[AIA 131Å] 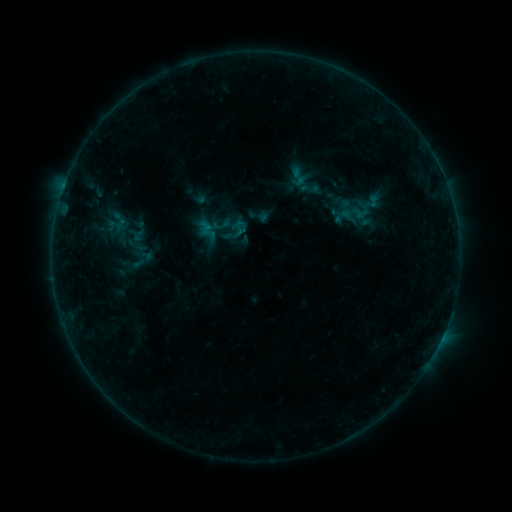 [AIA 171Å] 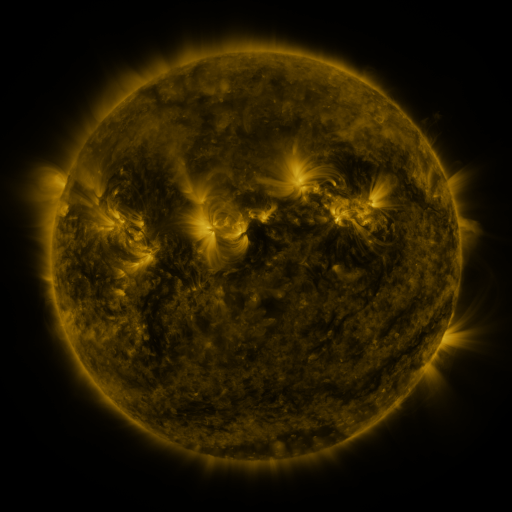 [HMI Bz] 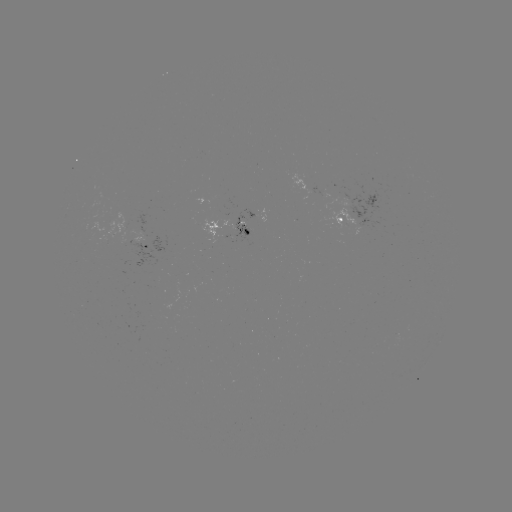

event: sigmoid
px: (235, 231)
